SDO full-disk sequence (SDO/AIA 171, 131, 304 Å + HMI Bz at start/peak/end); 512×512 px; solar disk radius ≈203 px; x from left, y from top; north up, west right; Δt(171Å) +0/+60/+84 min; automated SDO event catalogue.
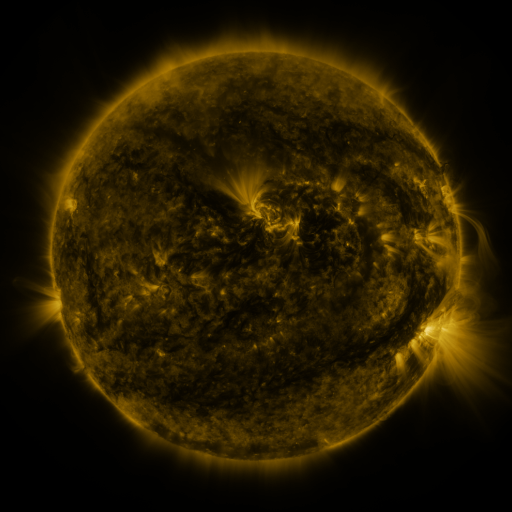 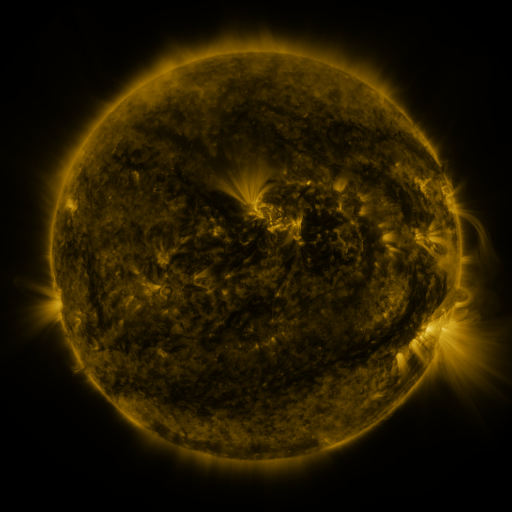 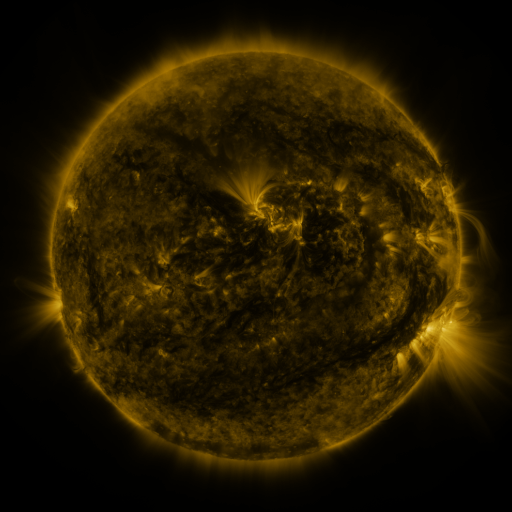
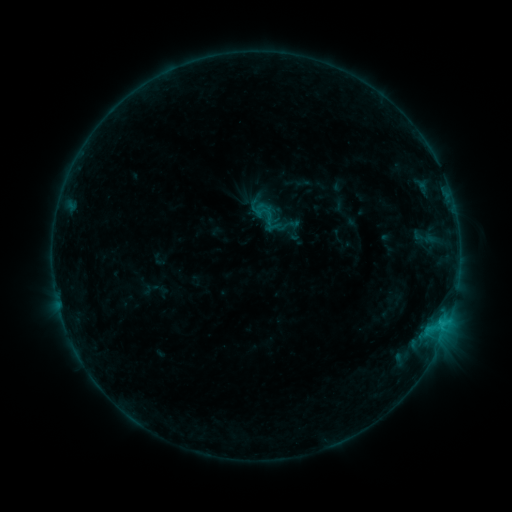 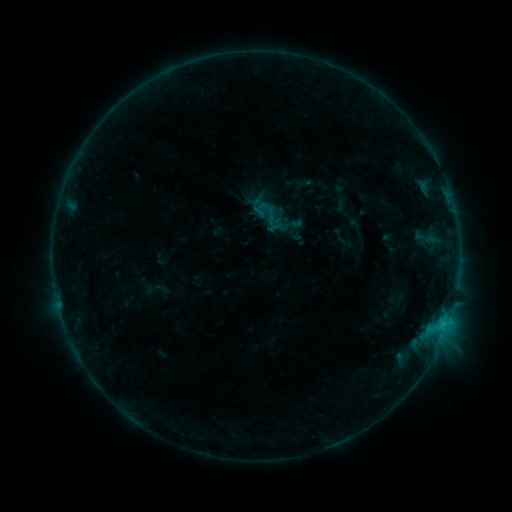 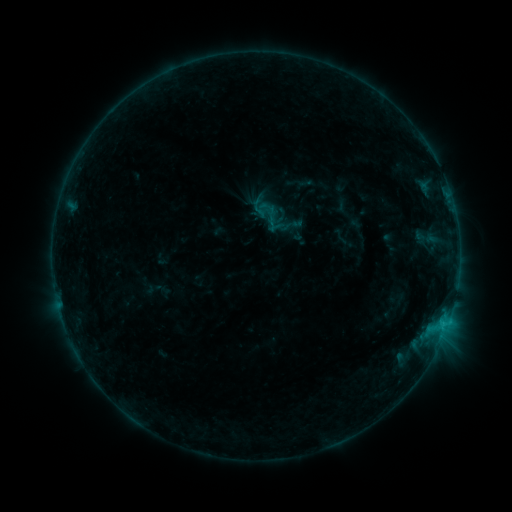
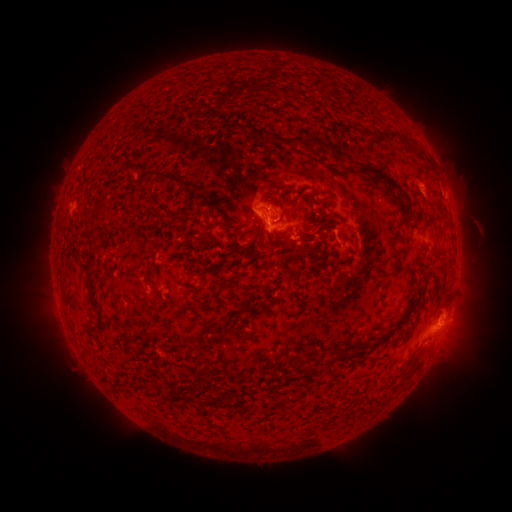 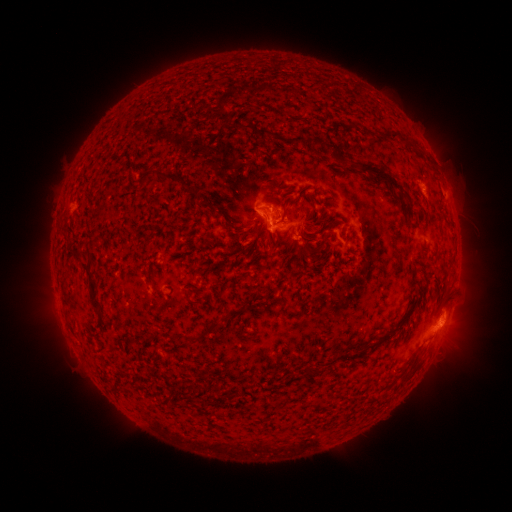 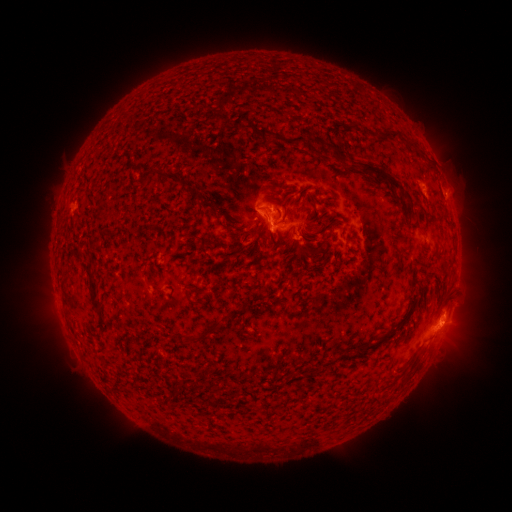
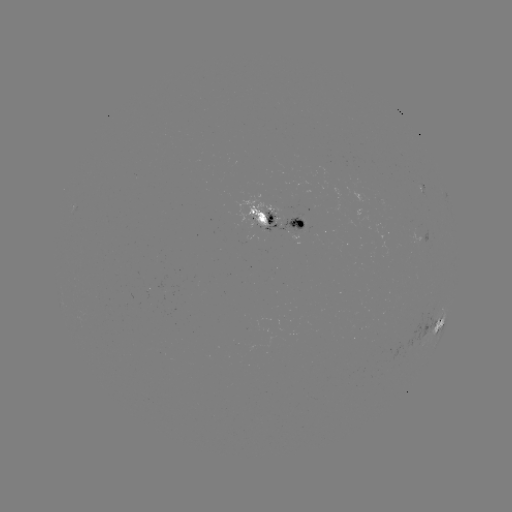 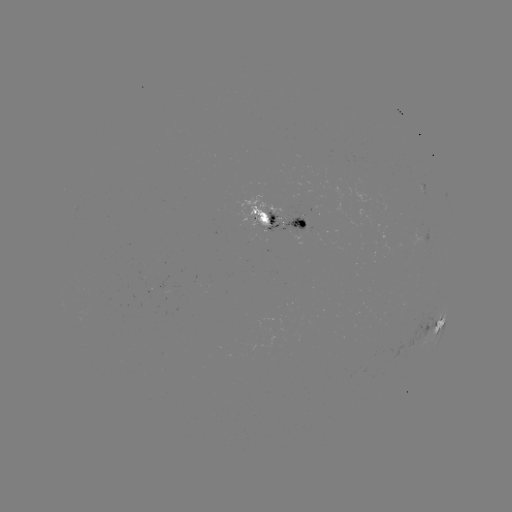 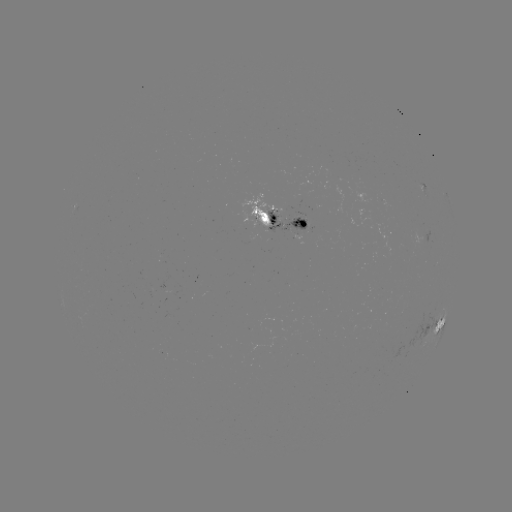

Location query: emerging-flux region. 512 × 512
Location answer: [248, 239].